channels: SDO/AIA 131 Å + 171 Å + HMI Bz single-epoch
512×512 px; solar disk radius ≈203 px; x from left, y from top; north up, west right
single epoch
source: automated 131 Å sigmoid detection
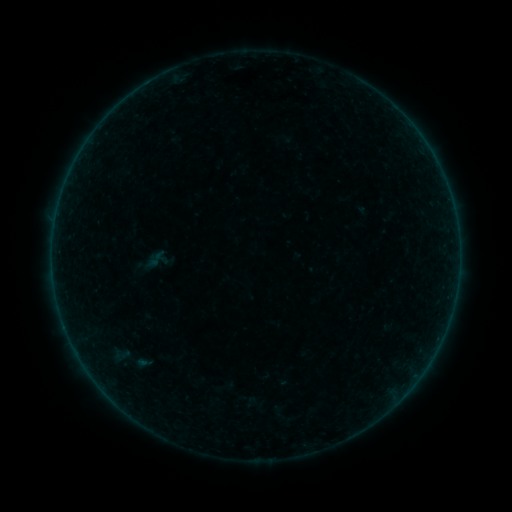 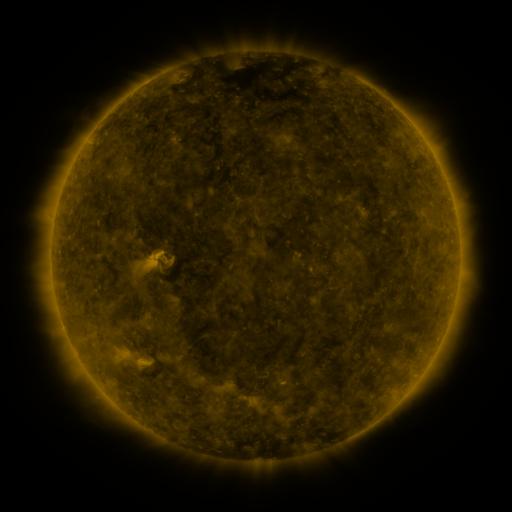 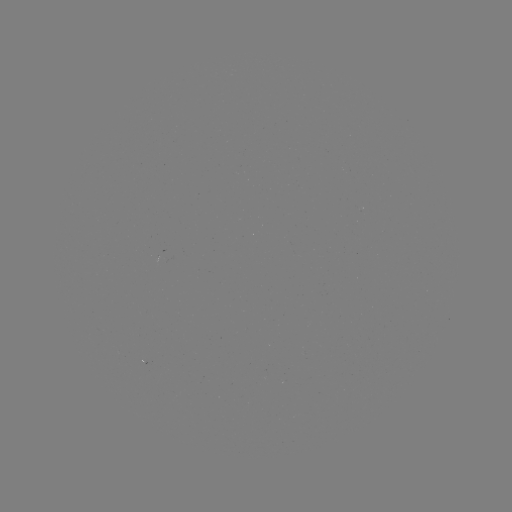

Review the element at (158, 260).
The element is sigmoid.